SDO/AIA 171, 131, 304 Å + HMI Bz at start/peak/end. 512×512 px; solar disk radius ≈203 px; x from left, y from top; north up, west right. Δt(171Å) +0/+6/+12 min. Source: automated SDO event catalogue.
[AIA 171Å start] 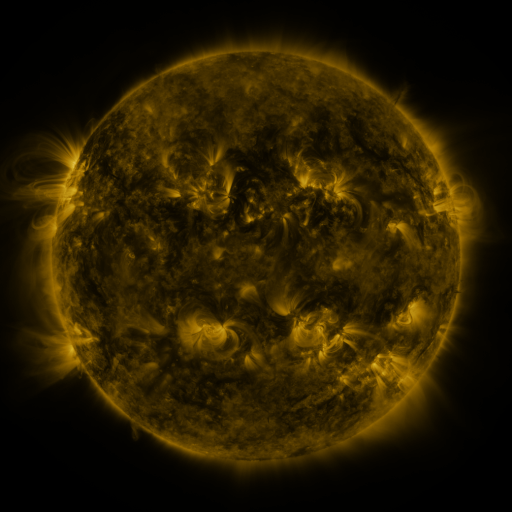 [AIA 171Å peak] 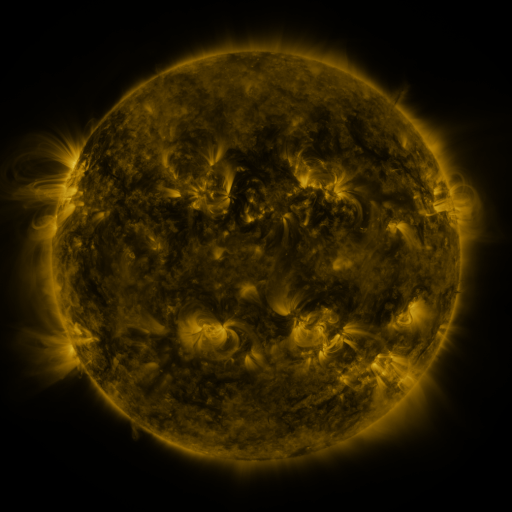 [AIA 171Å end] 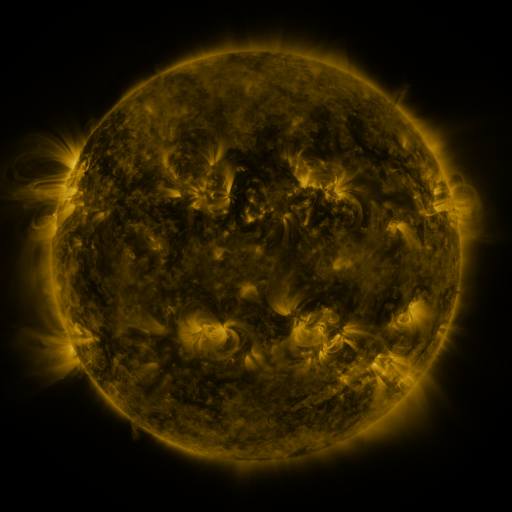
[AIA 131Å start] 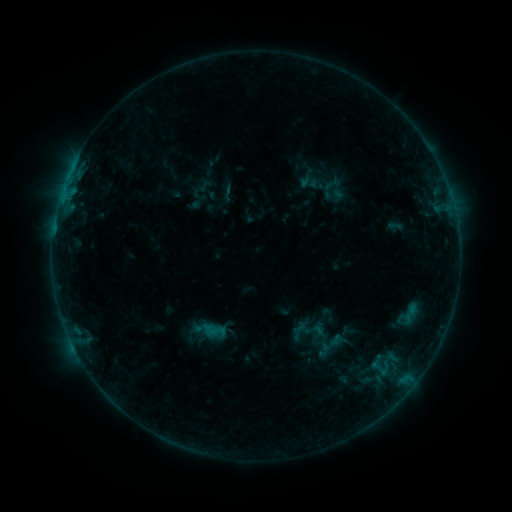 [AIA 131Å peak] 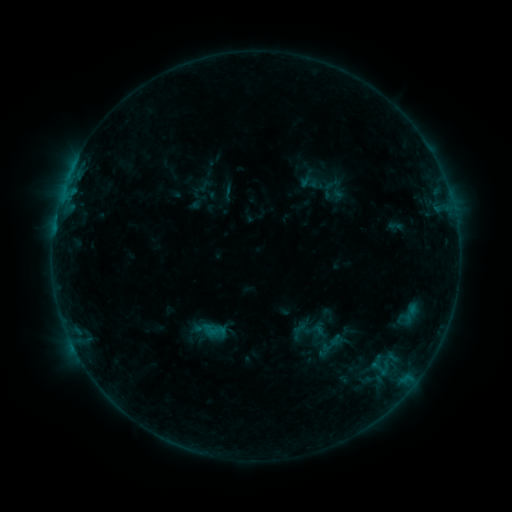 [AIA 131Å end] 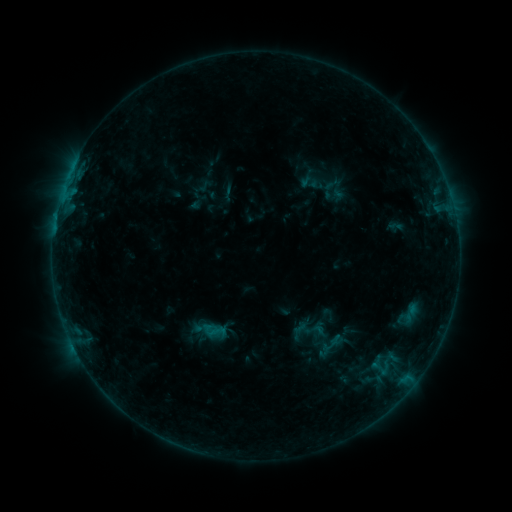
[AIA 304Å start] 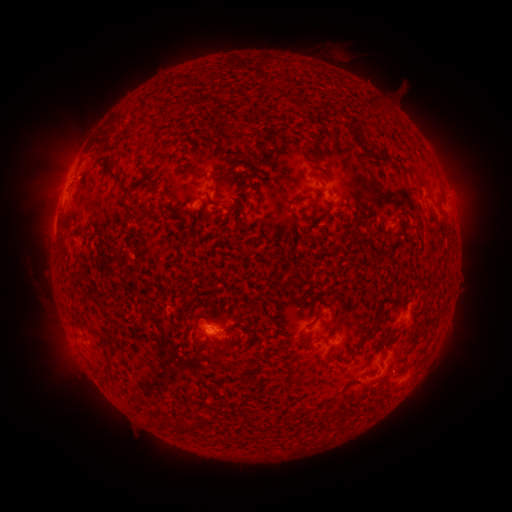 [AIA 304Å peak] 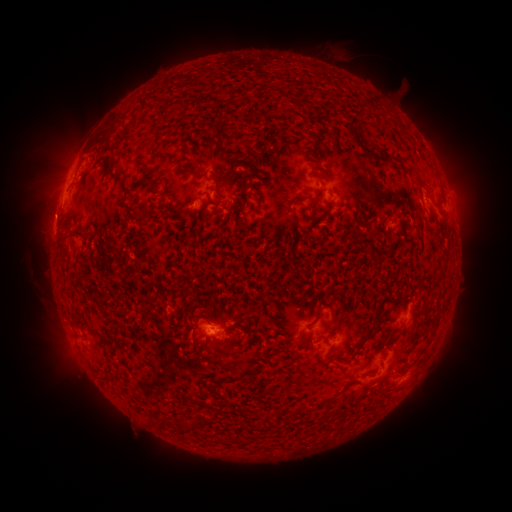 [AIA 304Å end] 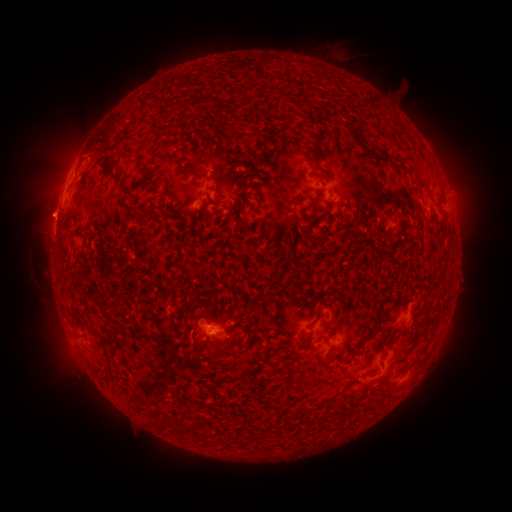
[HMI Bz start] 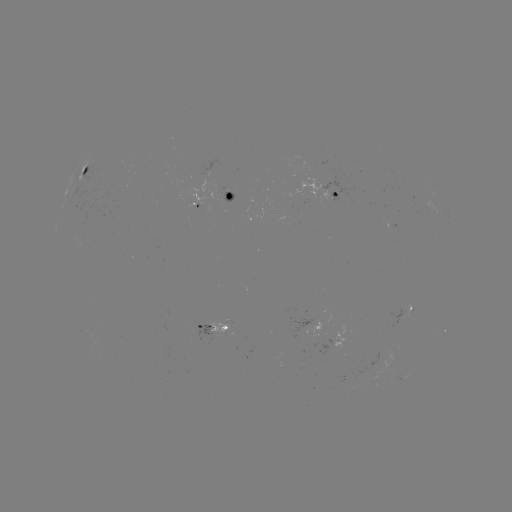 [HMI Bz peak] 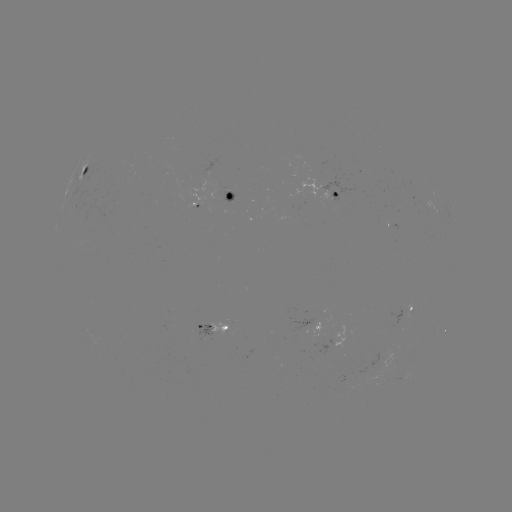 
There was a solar eruption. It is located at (46, 214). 